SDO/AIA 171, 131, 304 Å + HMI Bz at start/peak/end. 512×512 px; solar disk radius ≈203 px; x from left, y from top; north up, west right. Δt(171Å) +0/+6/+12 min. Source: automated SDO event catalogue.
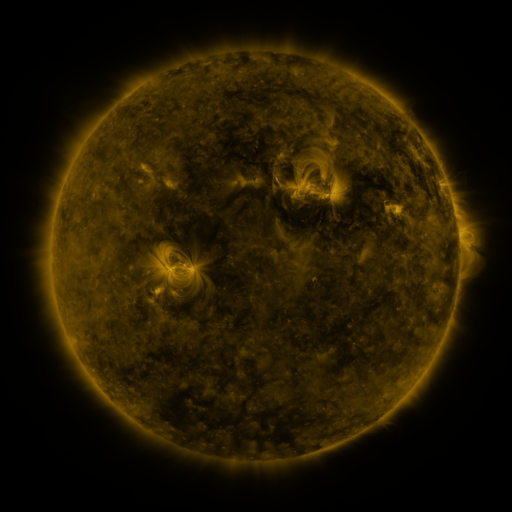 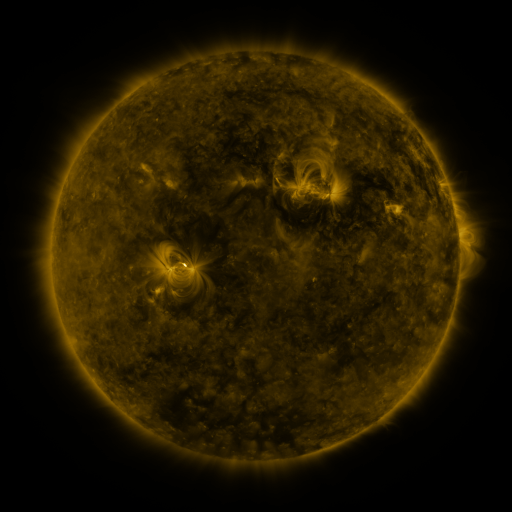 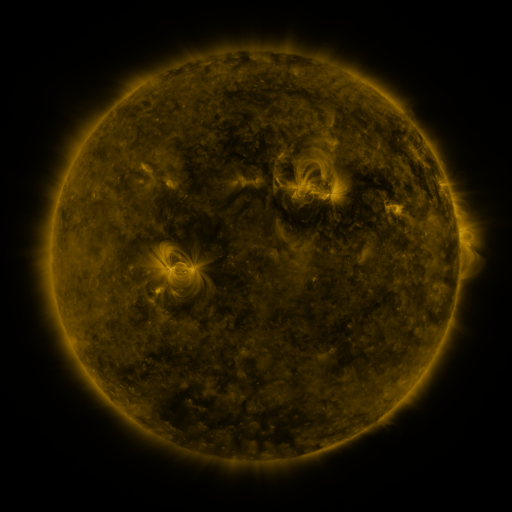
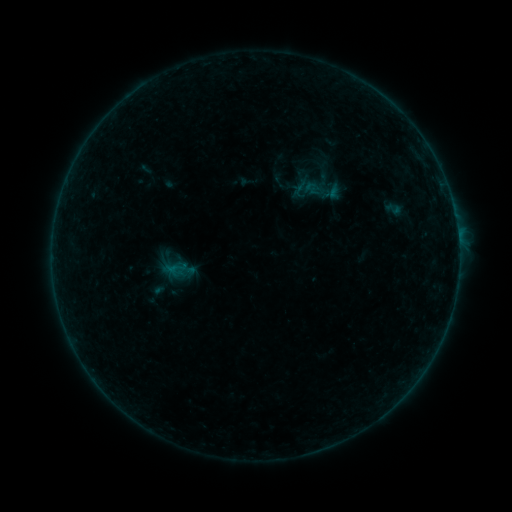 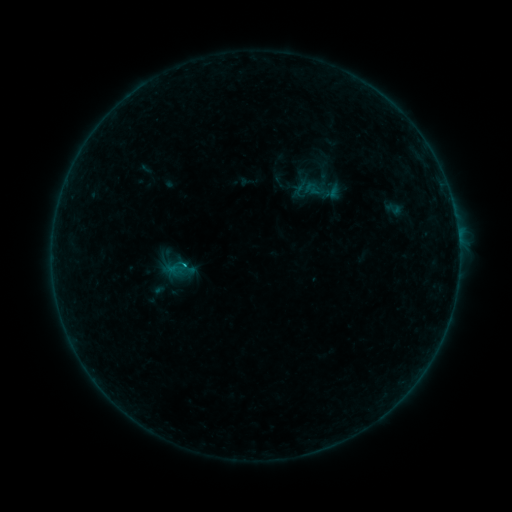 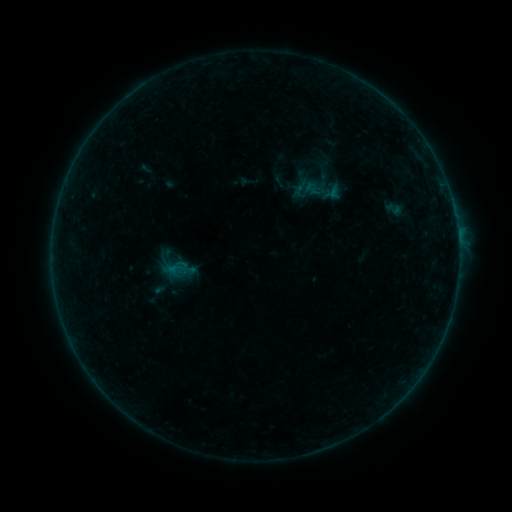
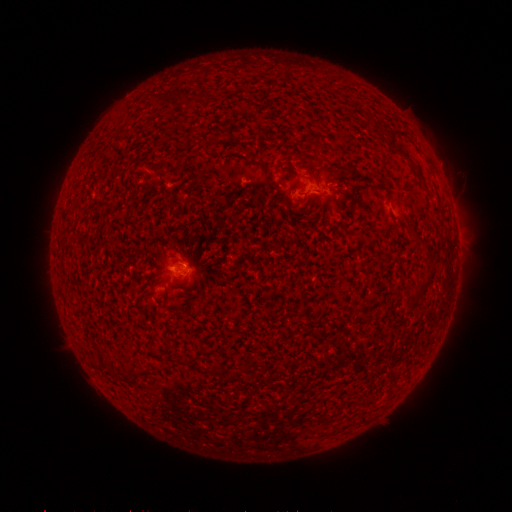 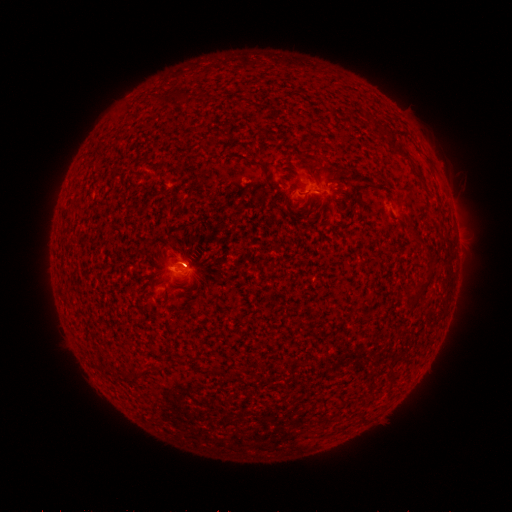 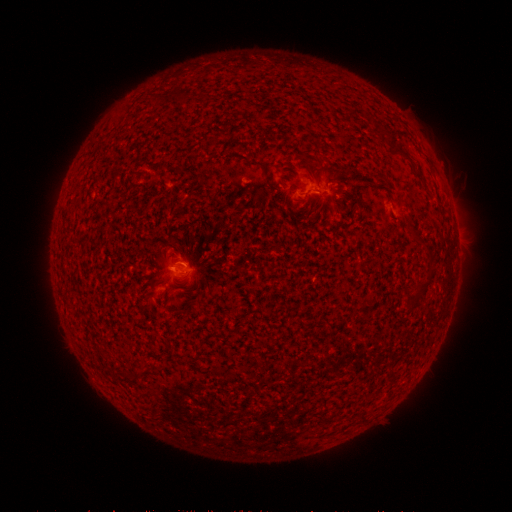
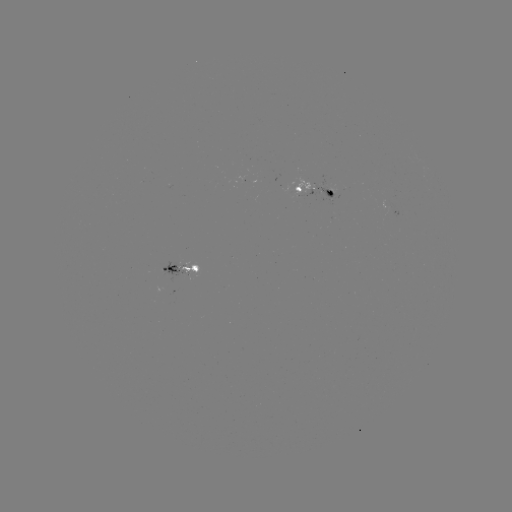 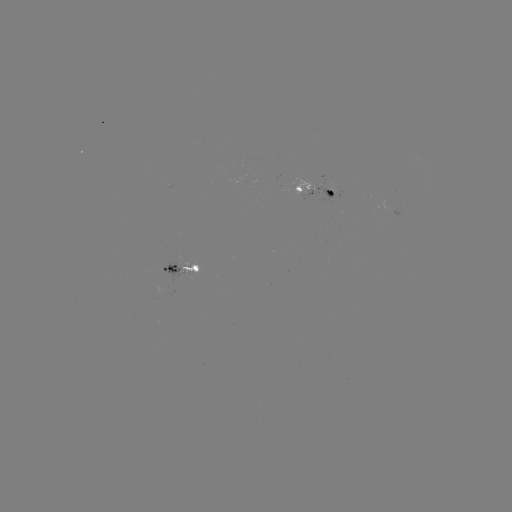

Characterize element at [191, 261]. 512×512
eruption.